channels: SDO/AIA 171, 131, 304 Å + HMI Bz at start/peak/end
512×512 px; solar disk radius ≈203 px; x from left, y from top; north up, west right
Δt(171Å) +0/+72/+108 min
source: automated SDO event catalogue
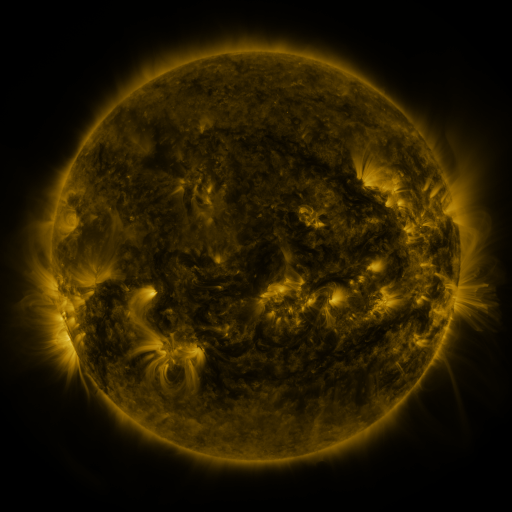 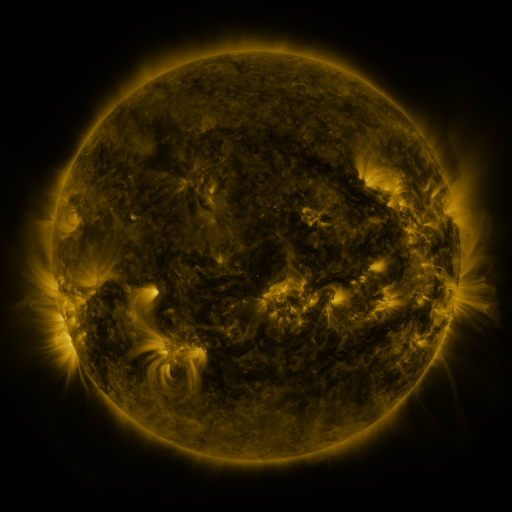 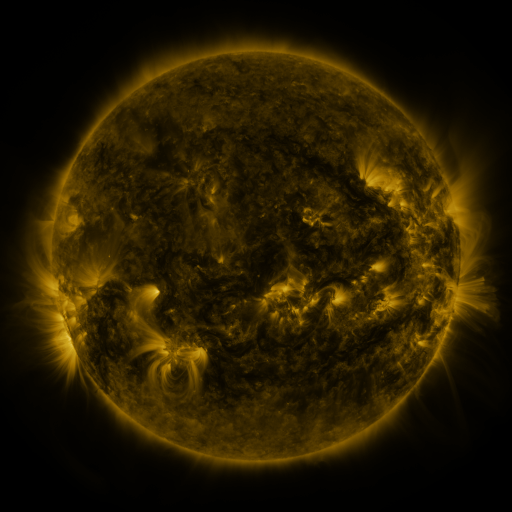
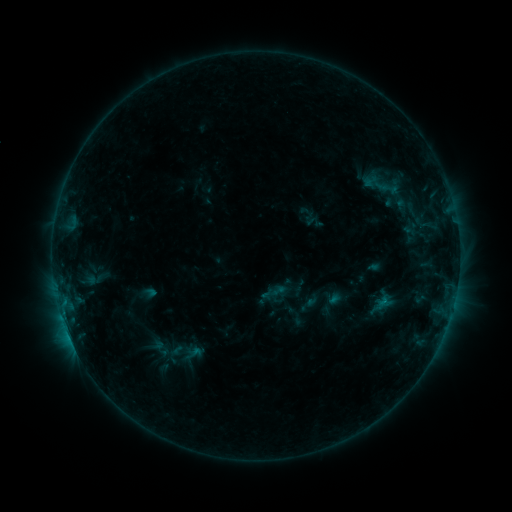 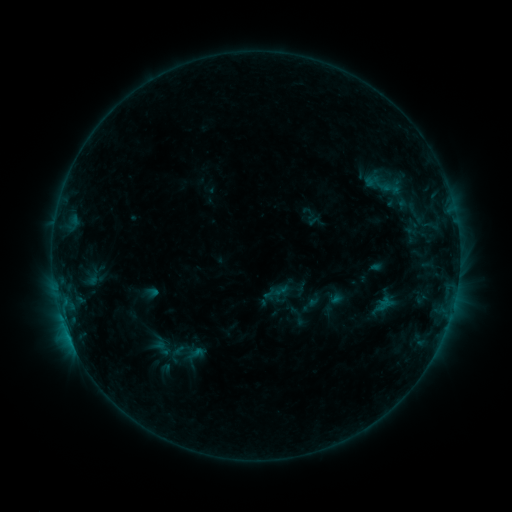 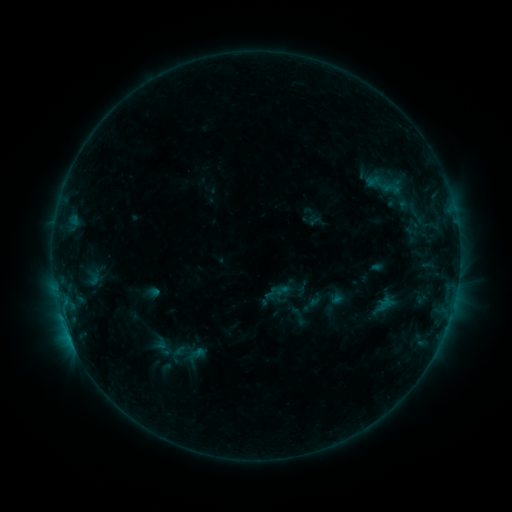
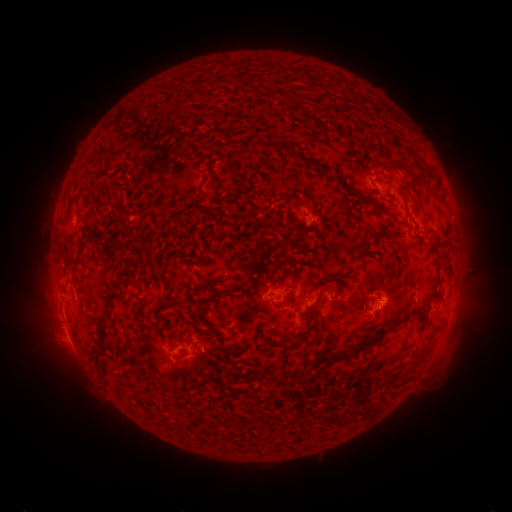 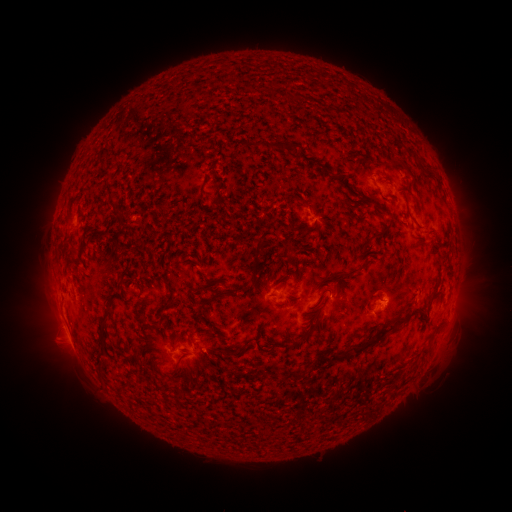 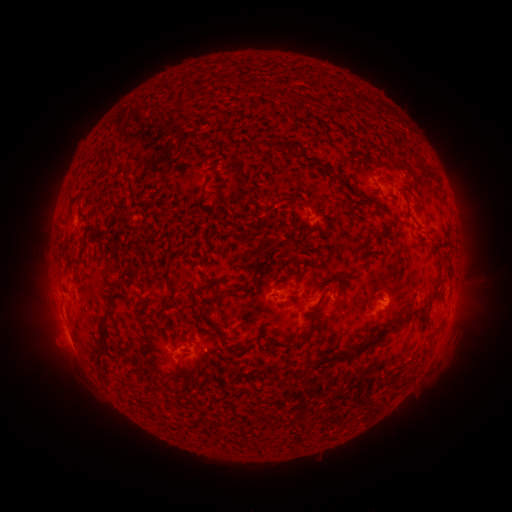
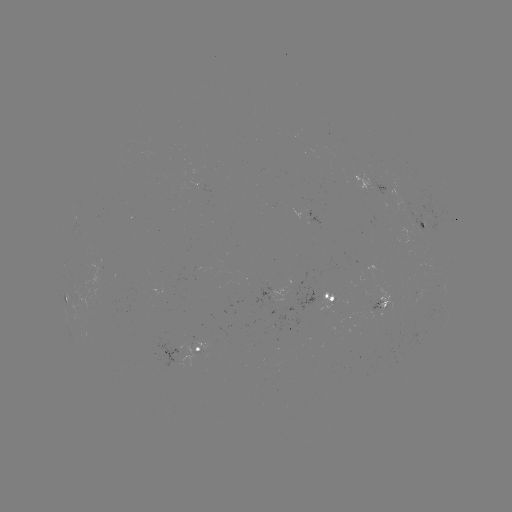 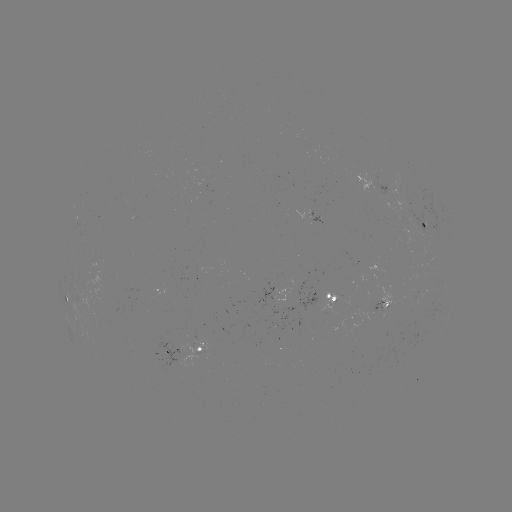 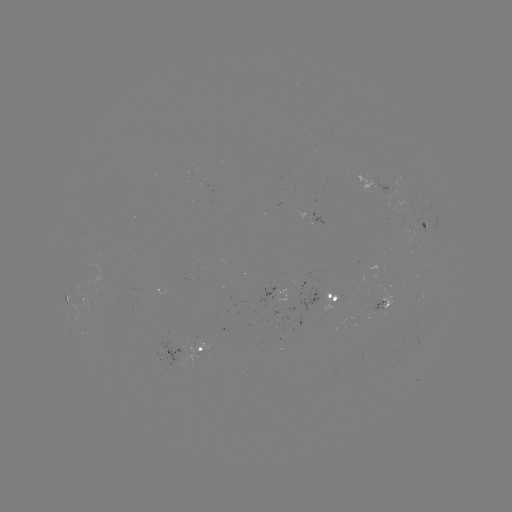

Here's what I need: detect emerging-flux region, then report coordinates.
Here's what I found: emerging-flux region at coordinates (368, 185).